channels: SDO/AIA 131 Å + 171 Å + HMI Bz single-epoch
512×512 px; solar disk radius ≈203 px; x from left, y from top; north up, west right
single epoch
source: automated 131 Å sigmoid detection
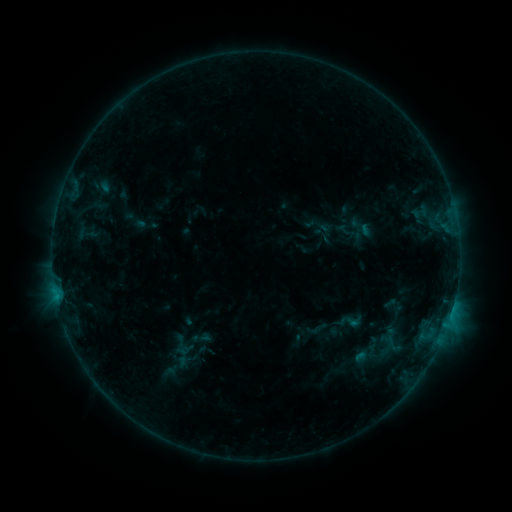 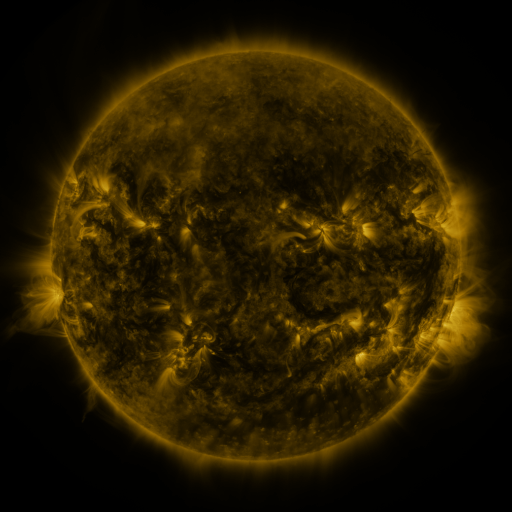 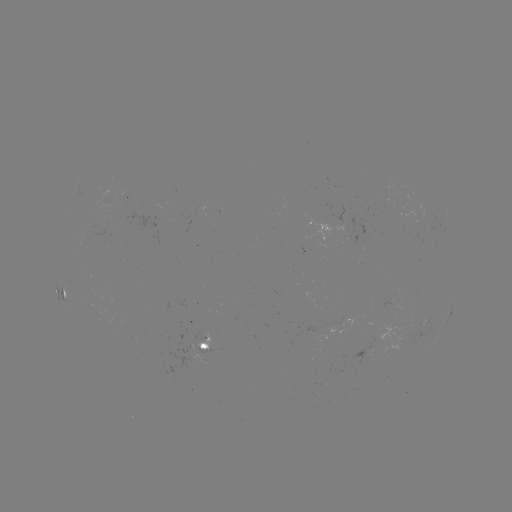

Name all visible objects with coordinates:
sigmoid: (349, 322)
